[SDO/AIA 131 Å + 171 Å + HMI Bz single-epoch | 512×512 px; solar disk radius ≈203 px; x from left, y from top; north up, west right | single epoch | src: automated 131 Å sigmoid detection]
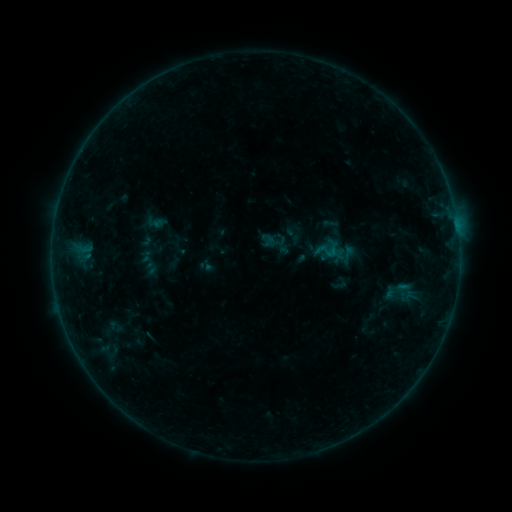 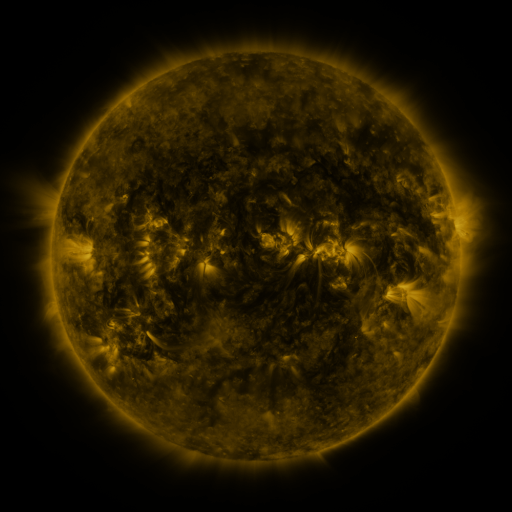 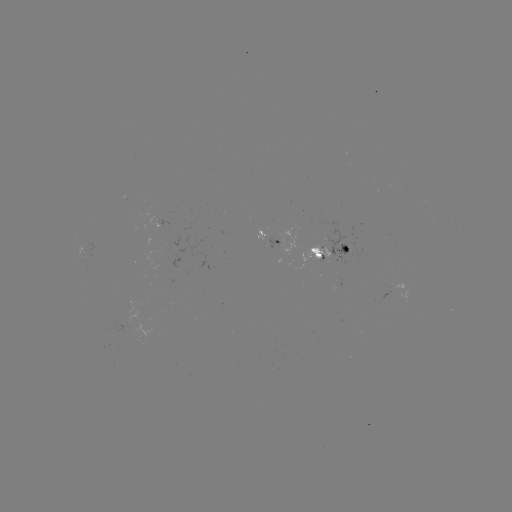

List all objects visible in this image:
sigmoid: [261, 231, 276, 246]
sigmoid: [314, 238, 340, 263]
